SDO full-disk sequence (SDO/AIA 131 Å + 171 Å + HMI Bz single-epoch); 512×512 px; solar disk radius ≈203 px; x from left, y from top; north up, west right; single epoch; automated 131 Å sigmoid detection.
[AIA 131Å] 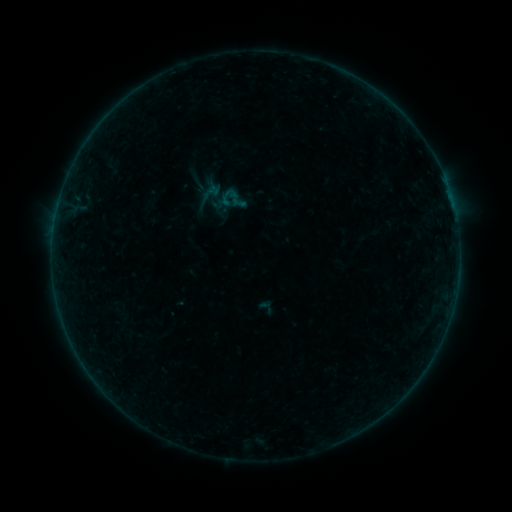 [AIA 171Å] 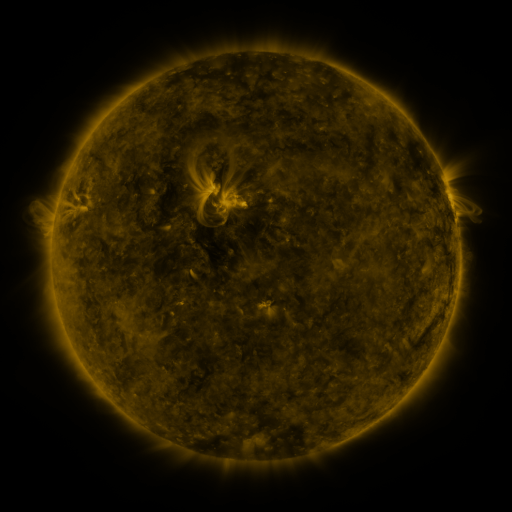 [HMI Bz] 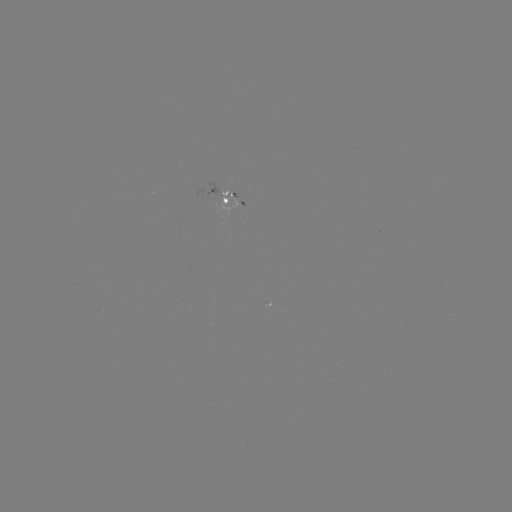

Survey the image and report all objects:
sigmoid: <bbox>218, 184, 247, 214</bbox>
